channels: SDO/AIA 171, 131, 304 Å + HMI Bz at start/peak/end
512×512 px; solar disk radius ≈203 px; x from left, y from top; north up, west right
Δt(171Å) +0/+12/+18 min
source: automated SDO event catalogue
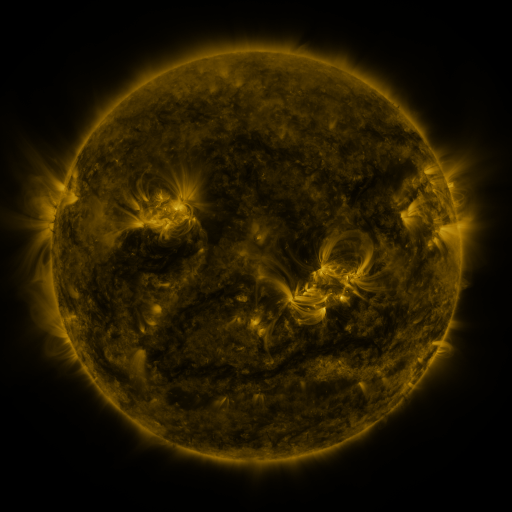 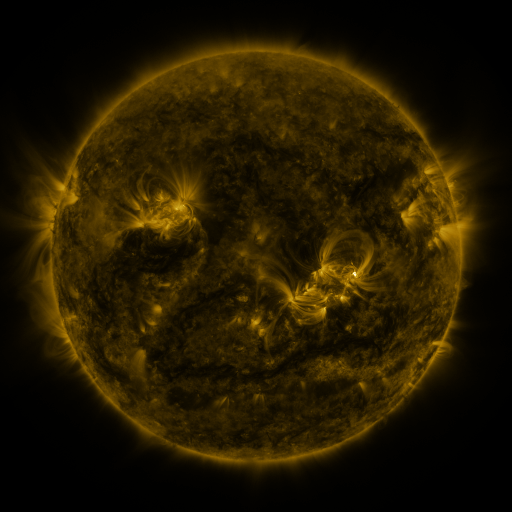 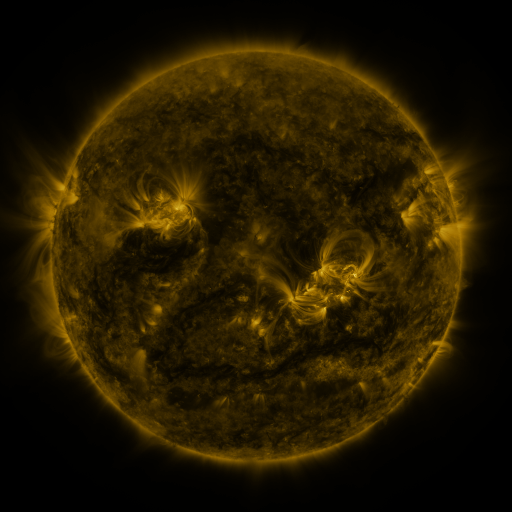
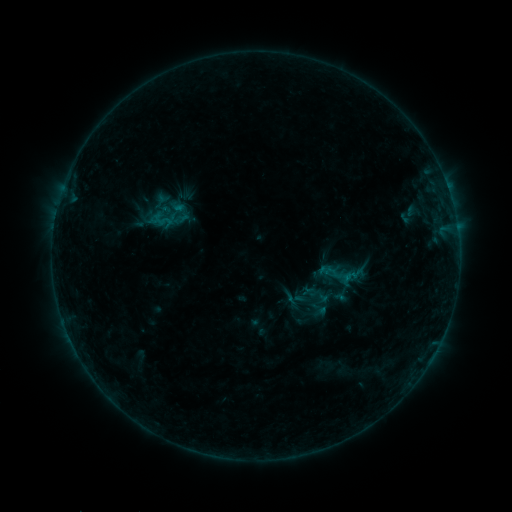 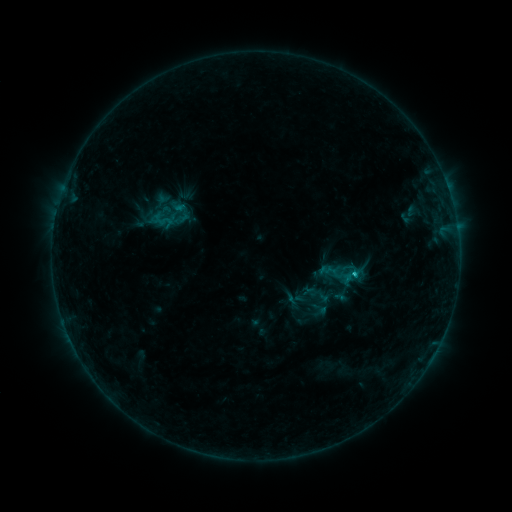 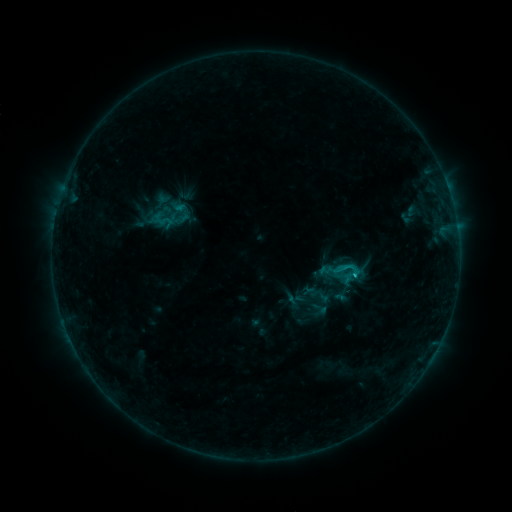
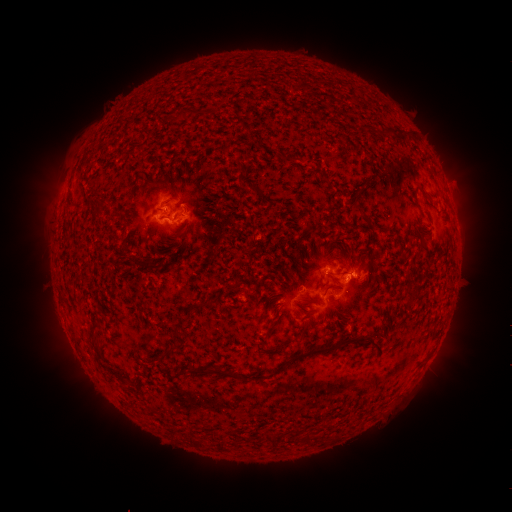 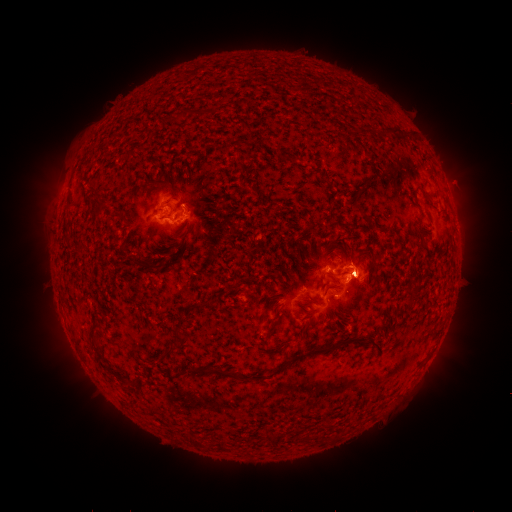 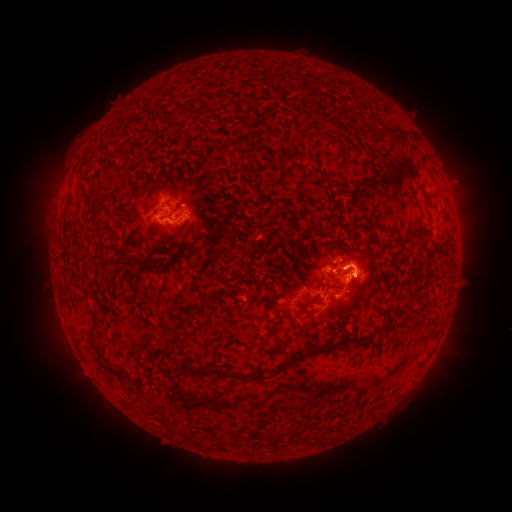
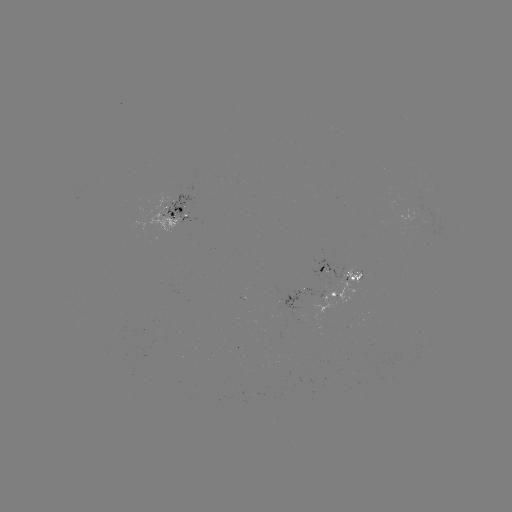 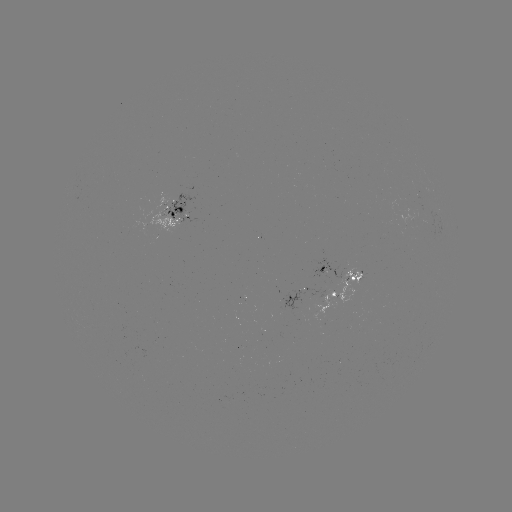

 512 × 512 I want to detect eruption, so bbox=[329, 226, 411, 312].